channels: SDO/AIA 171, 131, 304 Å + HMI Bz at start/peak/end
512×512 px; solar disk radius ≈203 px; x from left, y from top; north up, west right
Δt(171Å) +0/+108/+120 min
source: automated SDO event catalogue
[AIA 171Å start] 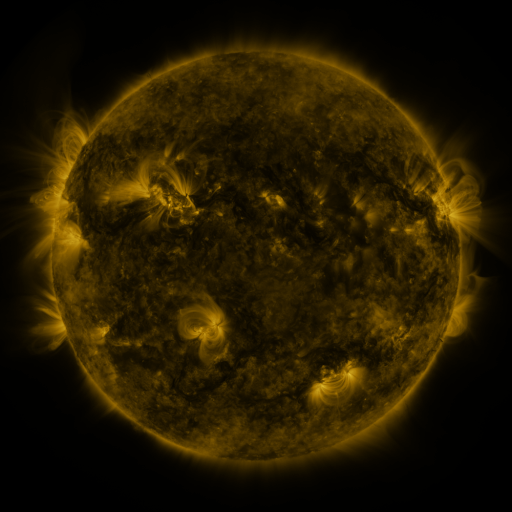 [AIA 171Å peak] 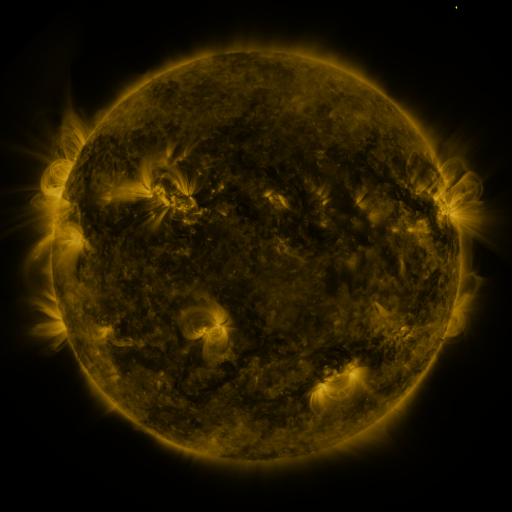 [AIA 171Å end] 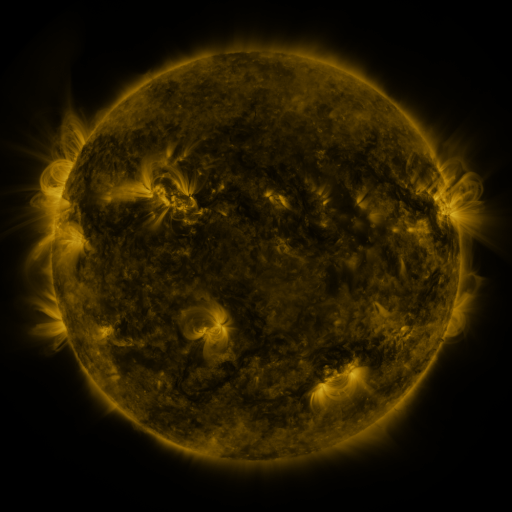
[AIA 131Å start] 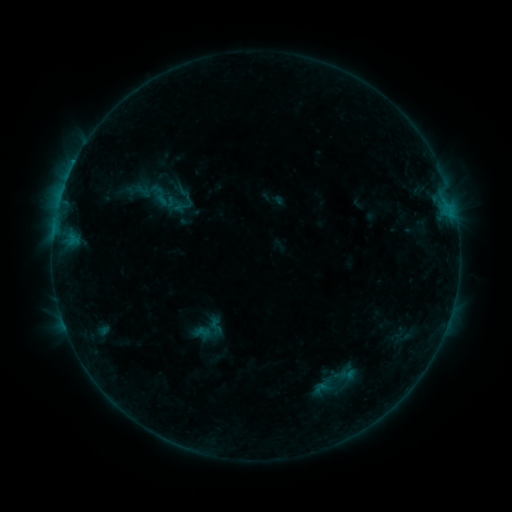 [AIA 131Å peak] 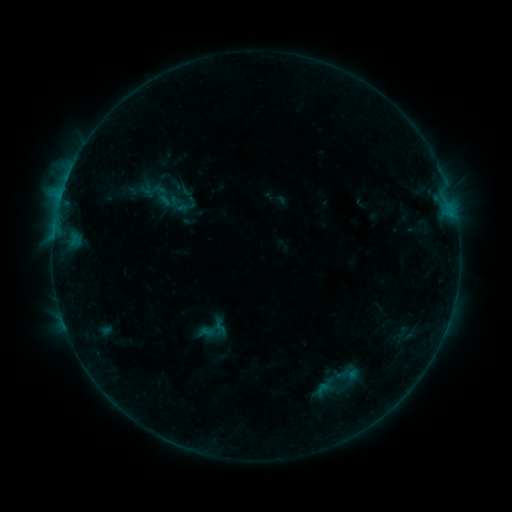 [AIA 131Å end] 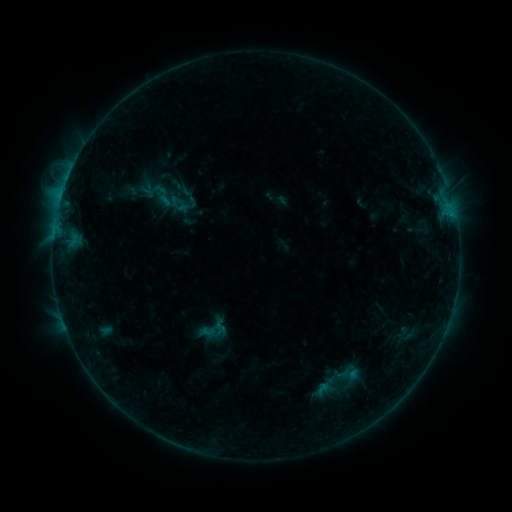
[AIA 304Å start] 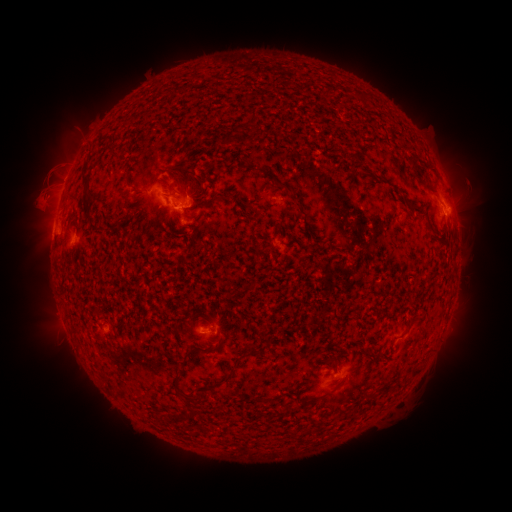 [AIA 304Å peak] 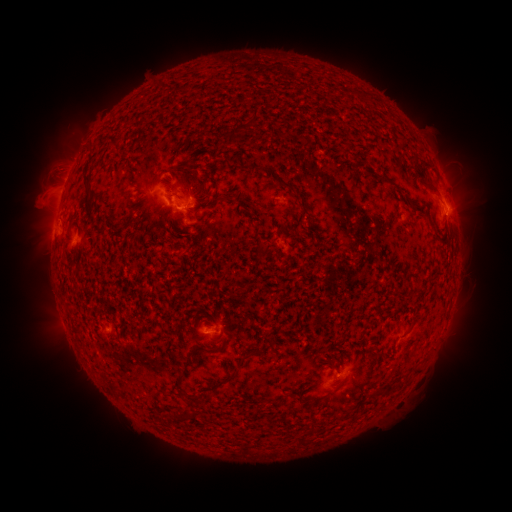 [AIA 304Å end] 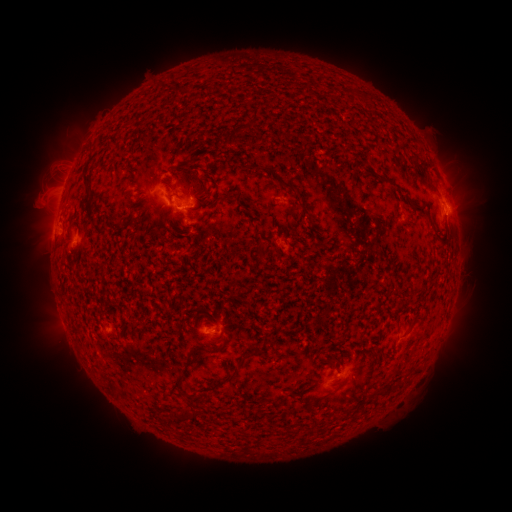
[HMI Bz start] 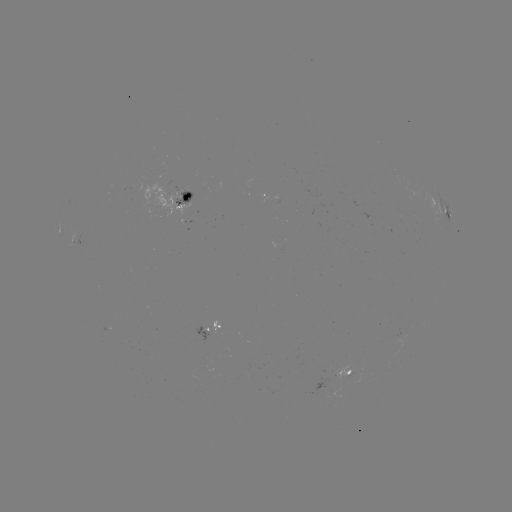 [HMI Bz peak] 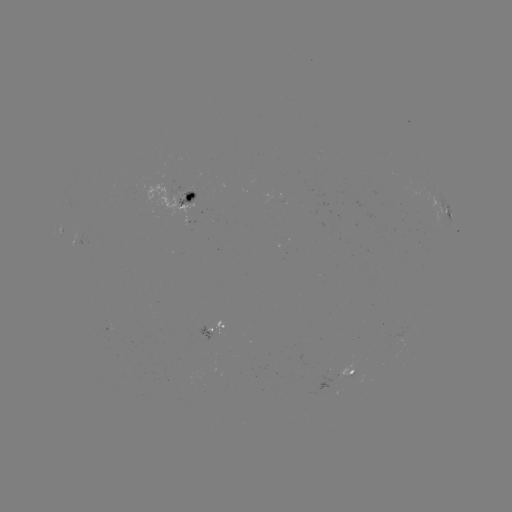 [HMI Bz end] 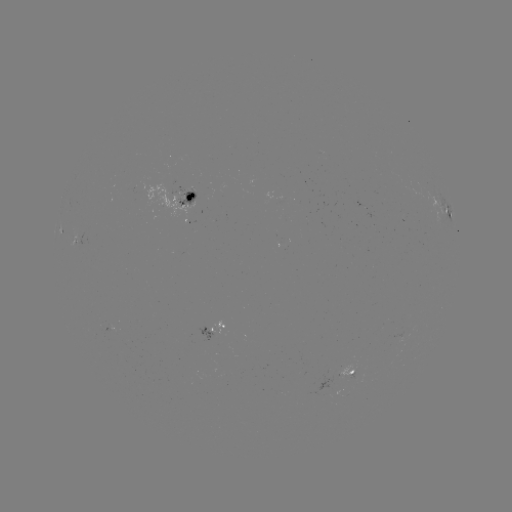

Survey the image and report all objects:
emerging-flux region: (110, 326)
